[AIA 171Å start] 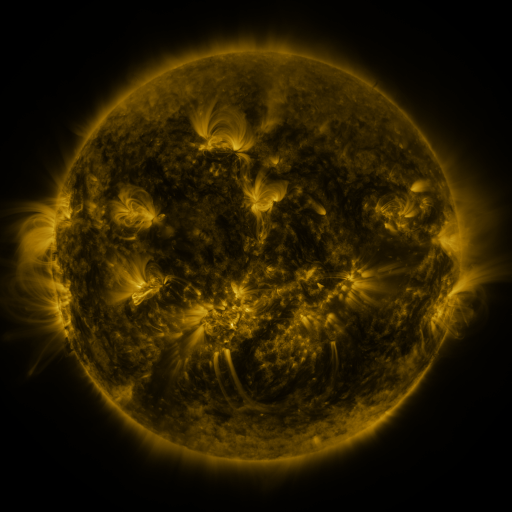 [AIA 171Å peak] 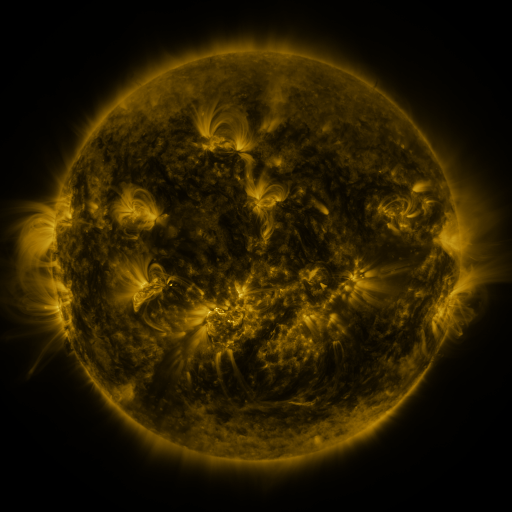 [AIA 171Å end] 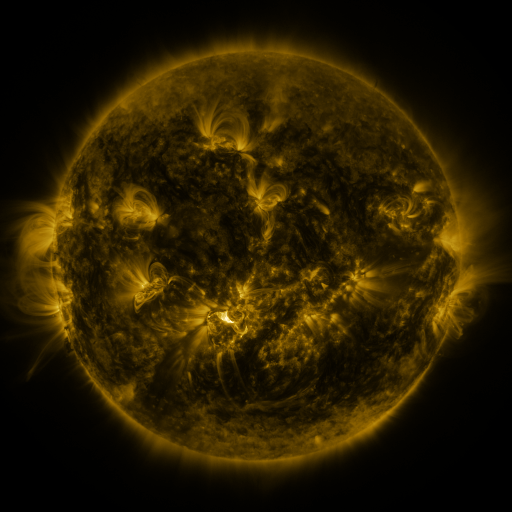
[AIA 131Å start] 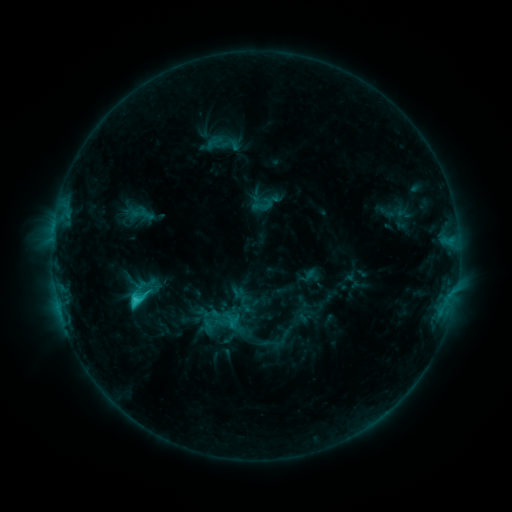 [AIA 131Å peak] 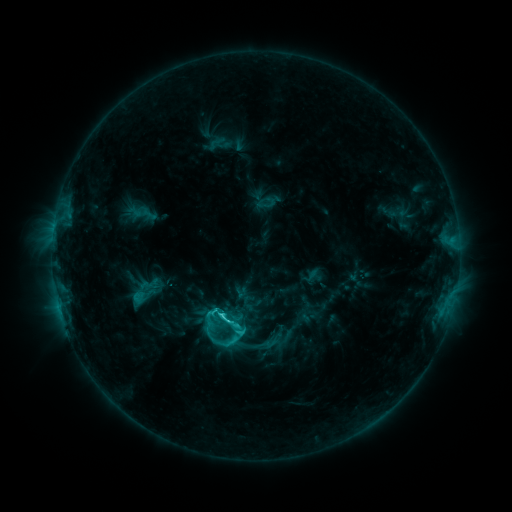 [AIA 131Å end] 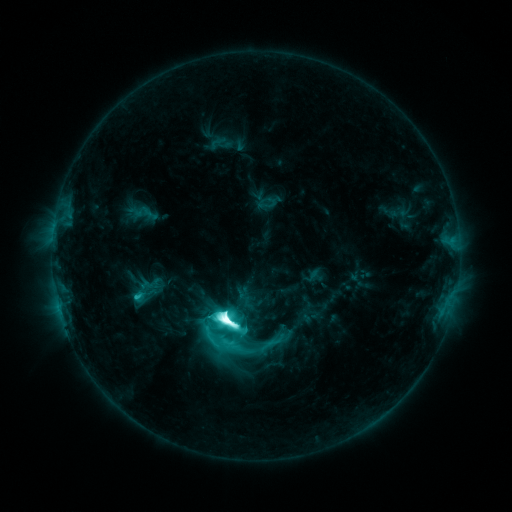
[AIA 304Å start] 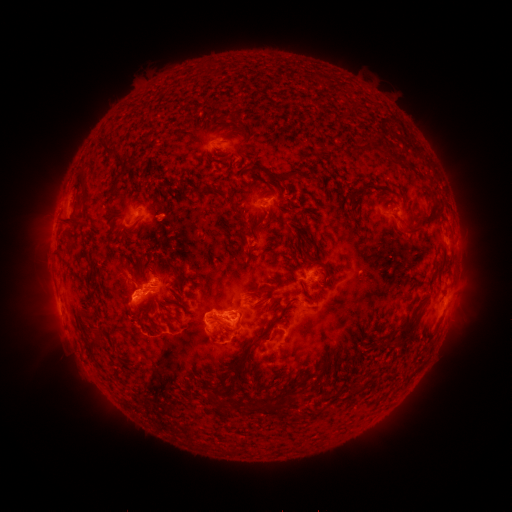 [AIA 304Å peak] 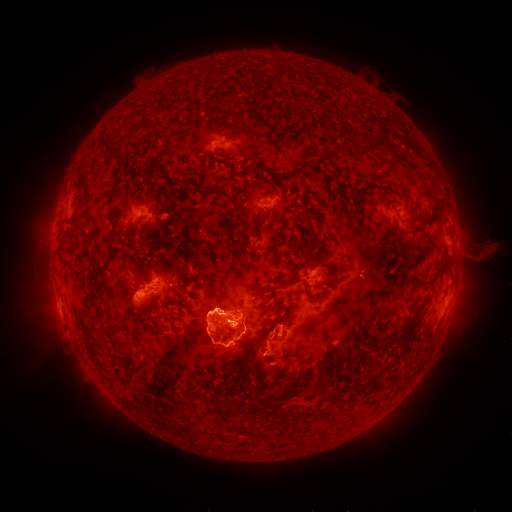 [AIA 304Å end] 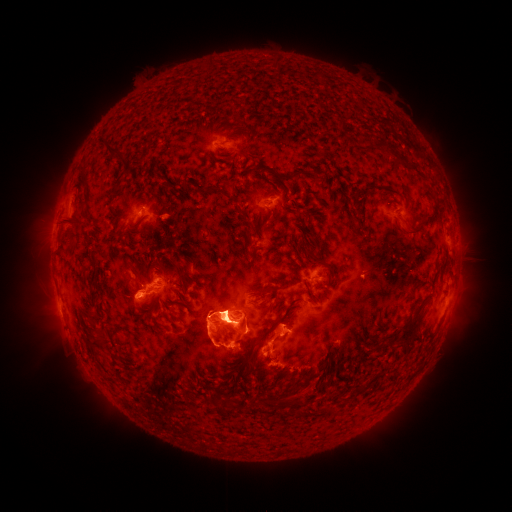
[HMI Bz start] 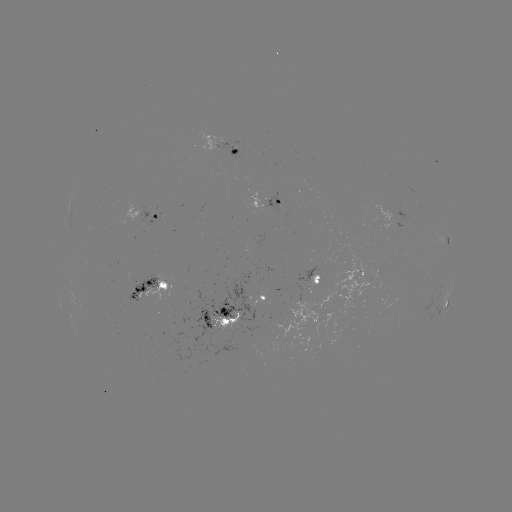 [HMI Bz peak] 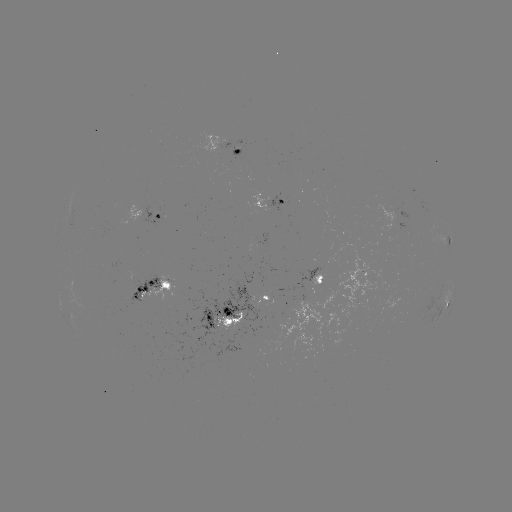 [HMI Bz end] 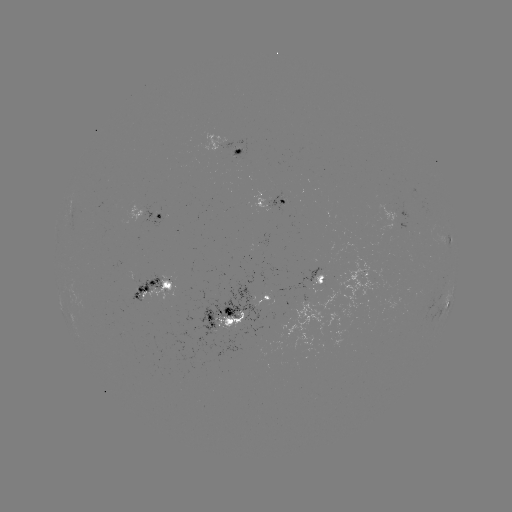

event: emerging-flux region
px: (153, 292)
